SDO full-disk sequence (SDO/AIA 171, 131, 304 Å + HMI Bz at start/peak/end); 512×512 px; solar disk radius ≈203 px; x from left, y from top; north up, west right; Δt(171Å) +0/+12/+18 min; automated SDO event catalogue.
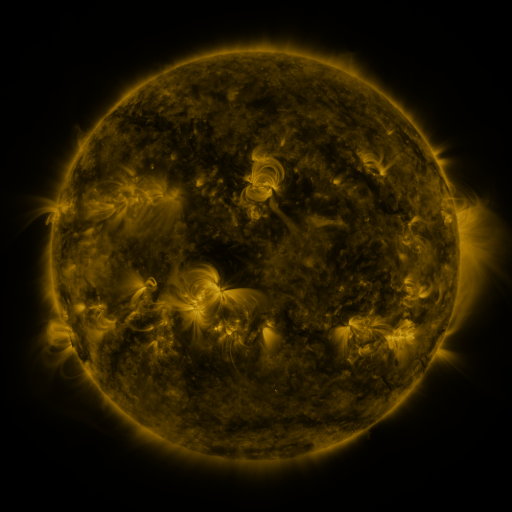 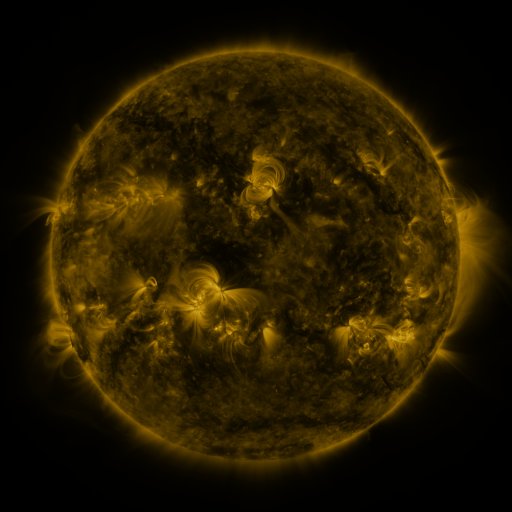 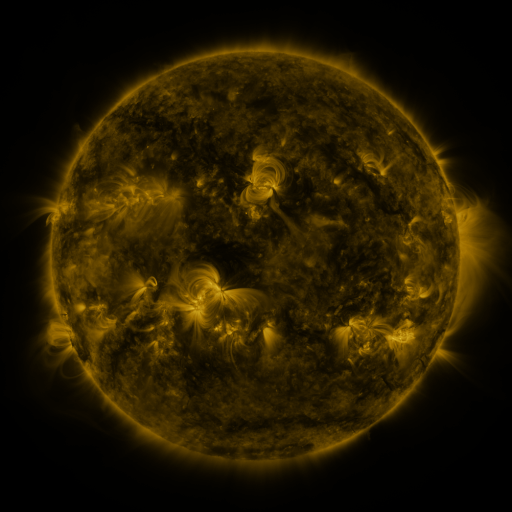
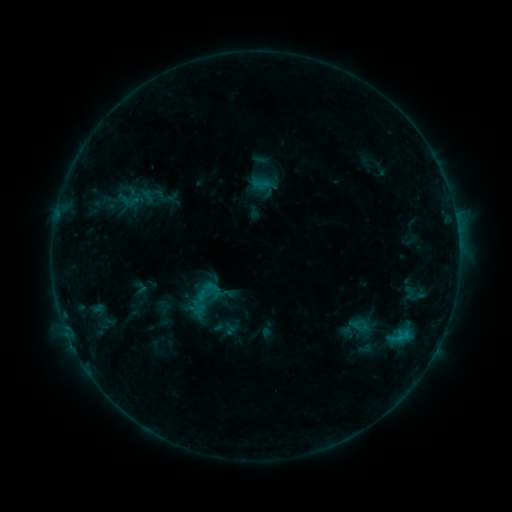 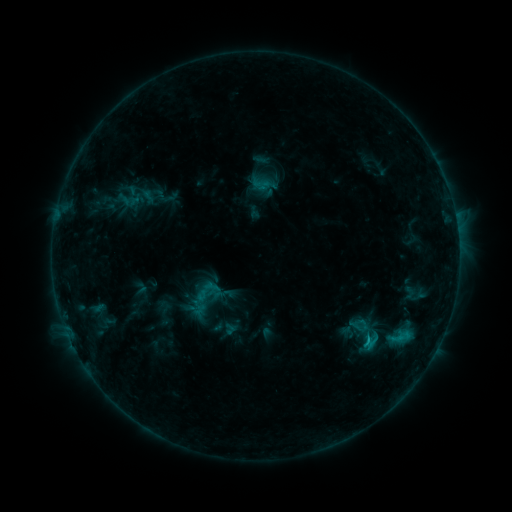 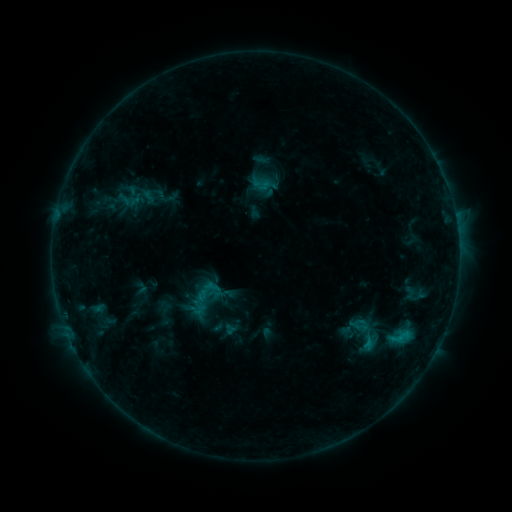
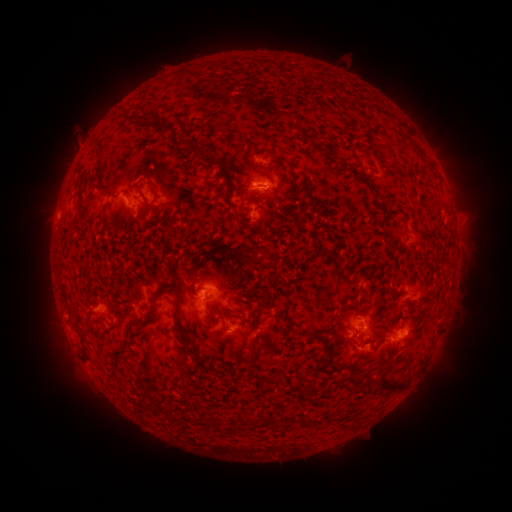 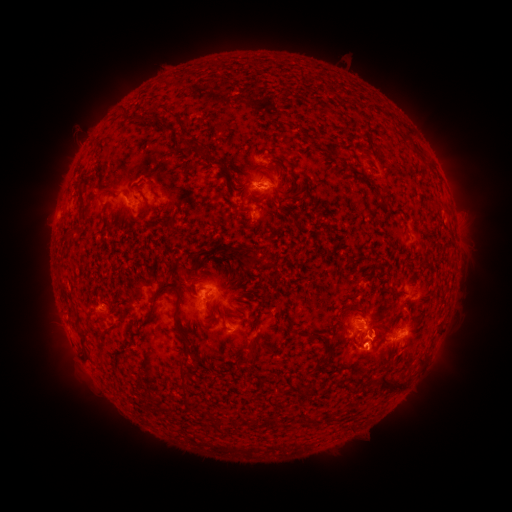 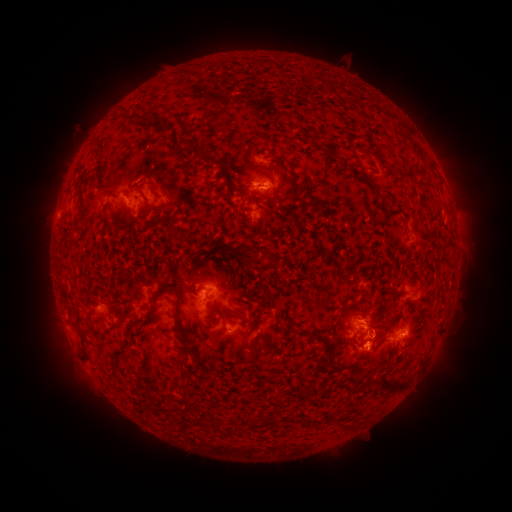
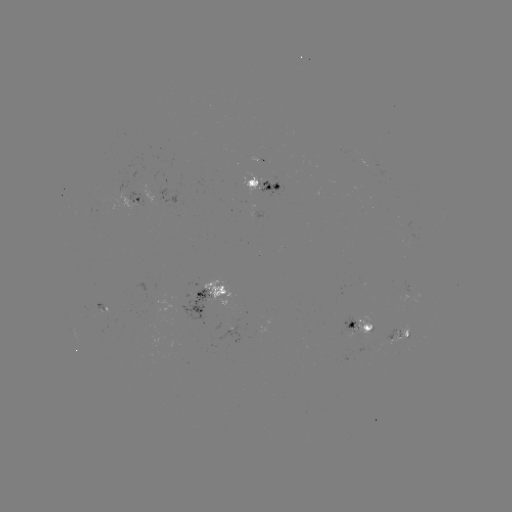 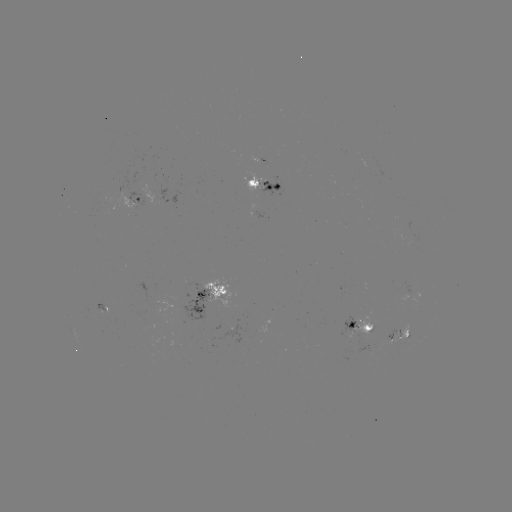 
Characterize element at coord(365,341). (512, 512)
C1.1 flare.